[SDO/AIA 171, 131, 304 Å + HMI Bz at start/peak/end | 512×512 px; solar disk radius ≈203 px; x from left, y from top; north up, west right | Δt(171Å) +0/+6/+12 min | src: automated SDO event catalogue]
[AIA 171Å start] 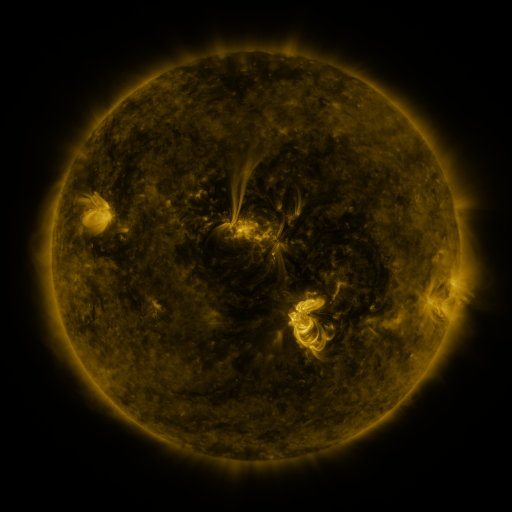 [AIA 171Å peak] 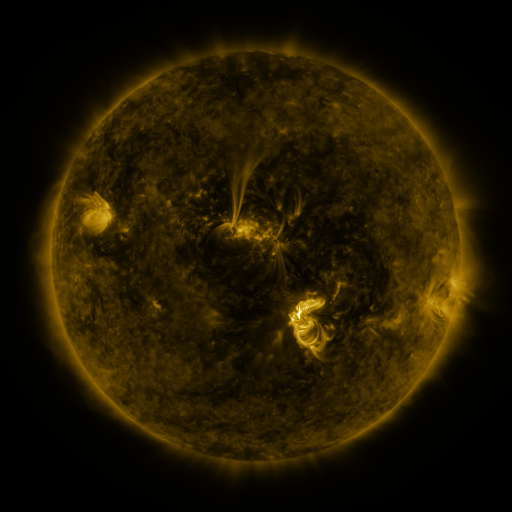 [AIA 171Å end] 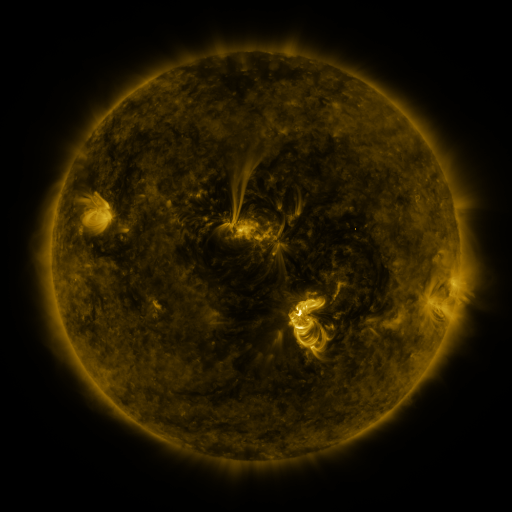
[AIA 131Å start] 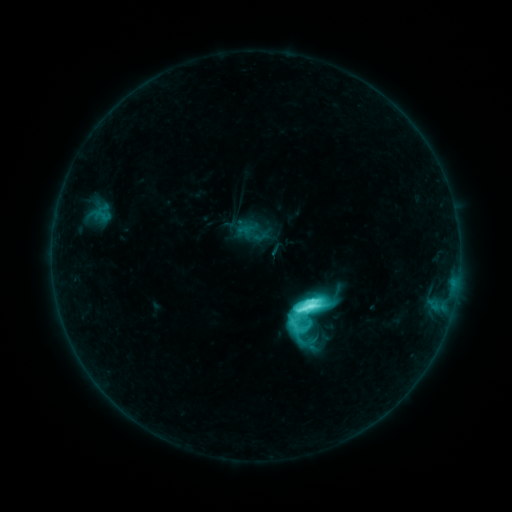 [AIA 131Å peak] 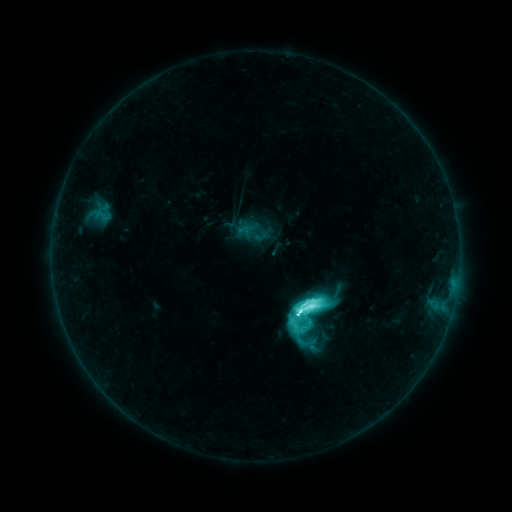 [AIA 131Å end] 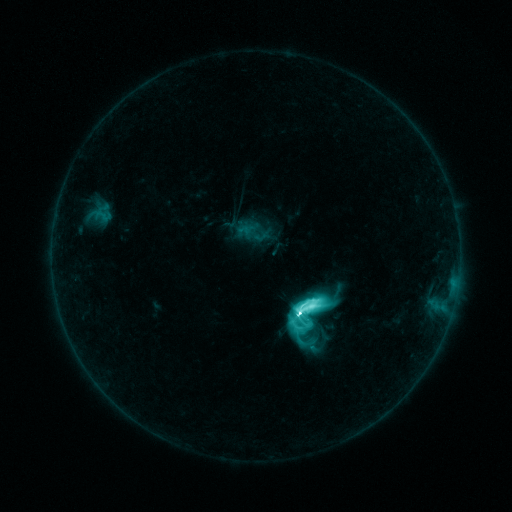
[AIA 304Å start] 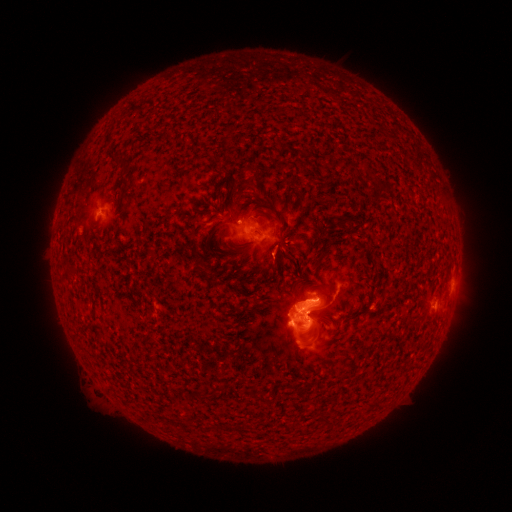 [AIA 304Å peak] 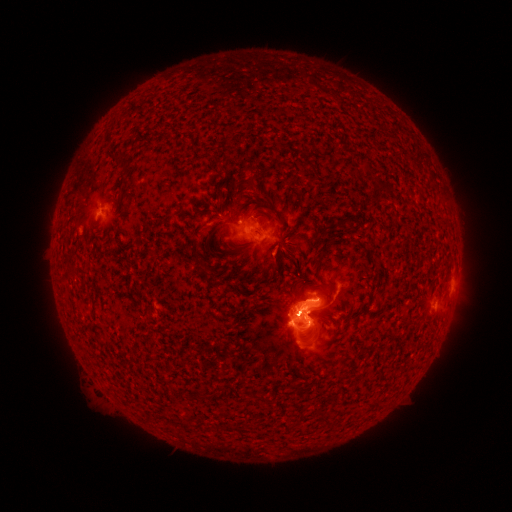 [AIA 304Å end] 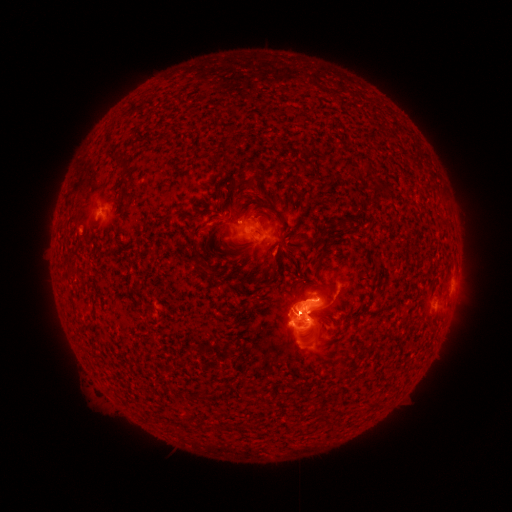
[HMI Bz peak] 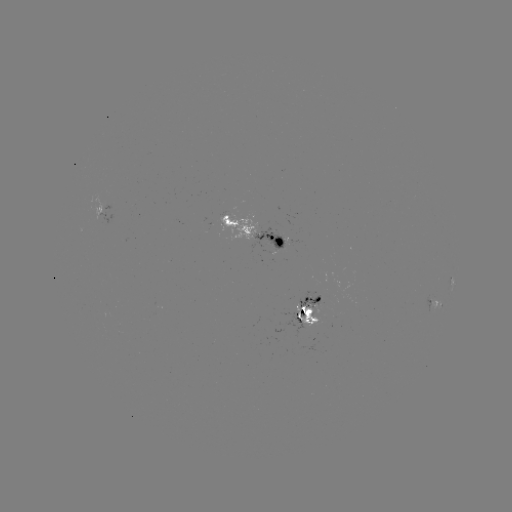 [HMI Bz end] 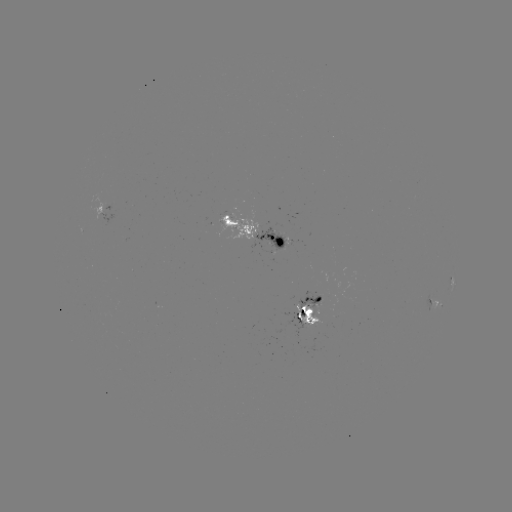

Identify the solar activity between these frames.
M2.1 flare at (297, 312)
